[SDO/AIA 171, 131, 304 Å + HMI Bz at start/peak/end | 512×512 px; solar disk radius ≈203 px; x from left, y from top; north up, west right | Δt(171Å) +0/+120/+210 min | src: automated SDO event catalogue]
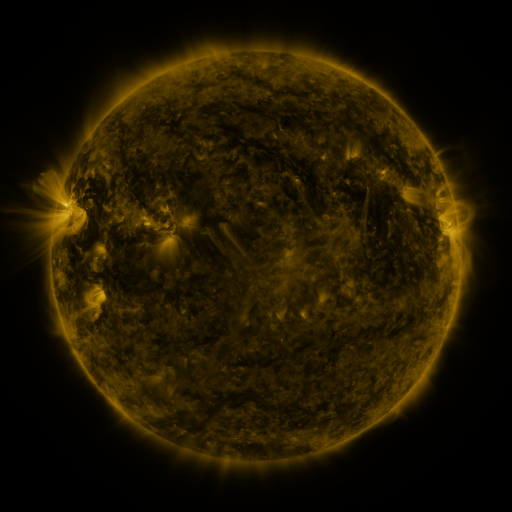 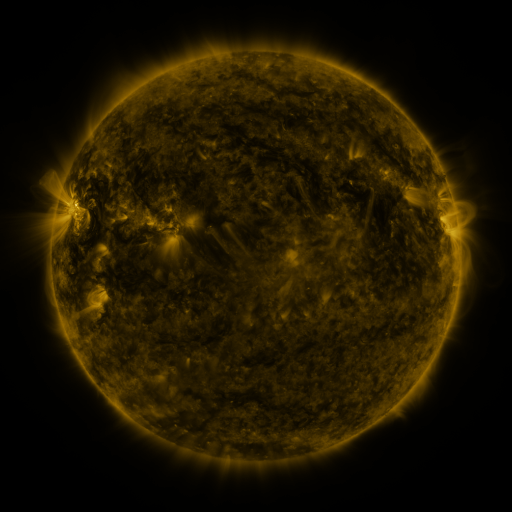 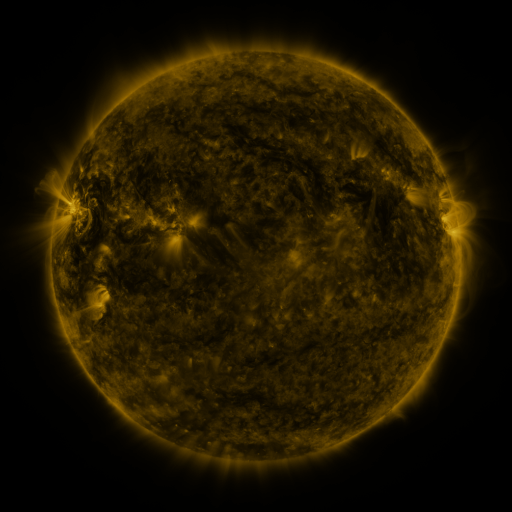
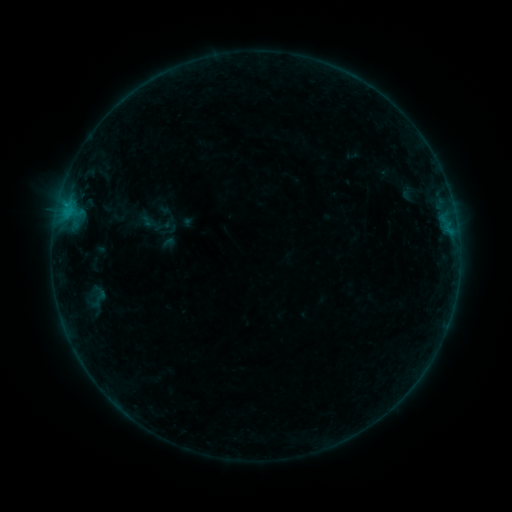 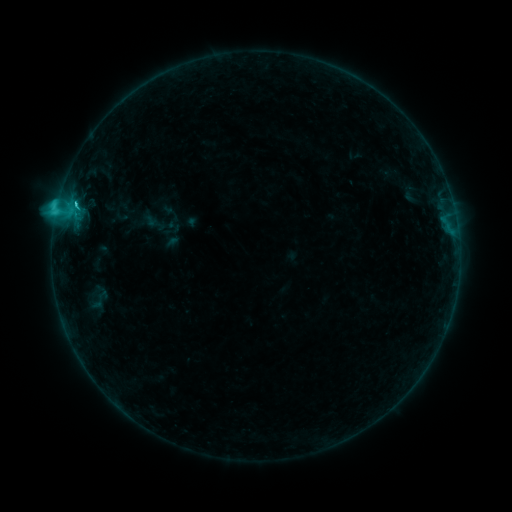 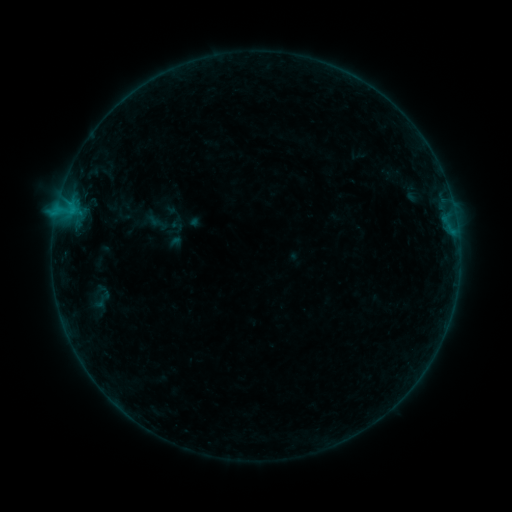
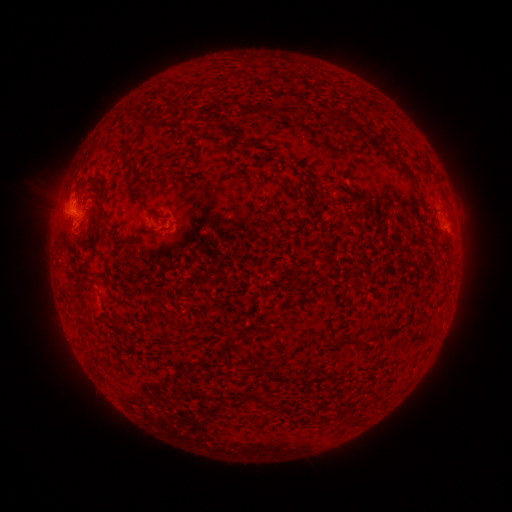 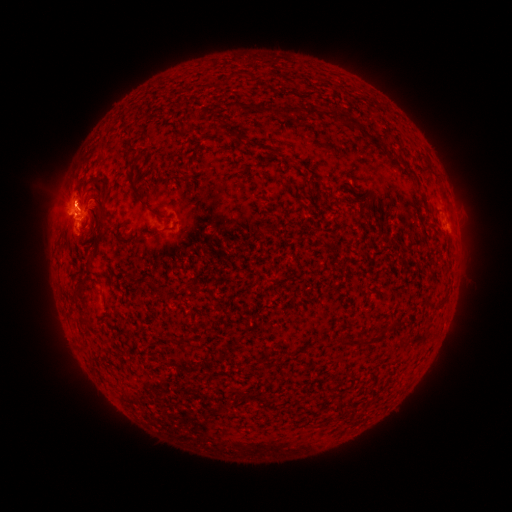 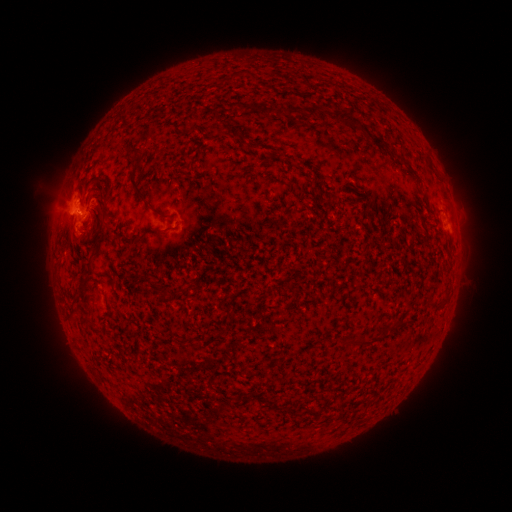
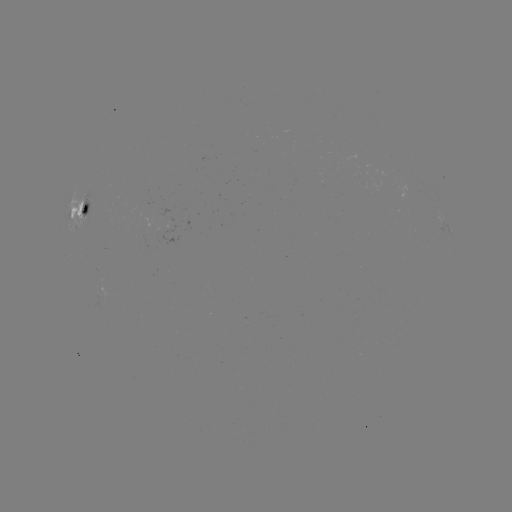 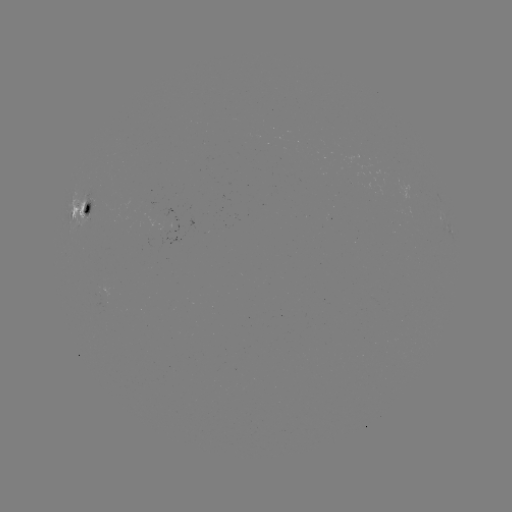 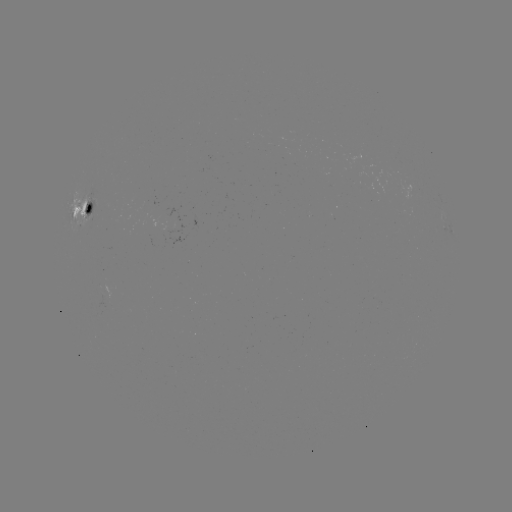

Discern C2.8 flare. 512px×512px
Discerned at (76, 204).